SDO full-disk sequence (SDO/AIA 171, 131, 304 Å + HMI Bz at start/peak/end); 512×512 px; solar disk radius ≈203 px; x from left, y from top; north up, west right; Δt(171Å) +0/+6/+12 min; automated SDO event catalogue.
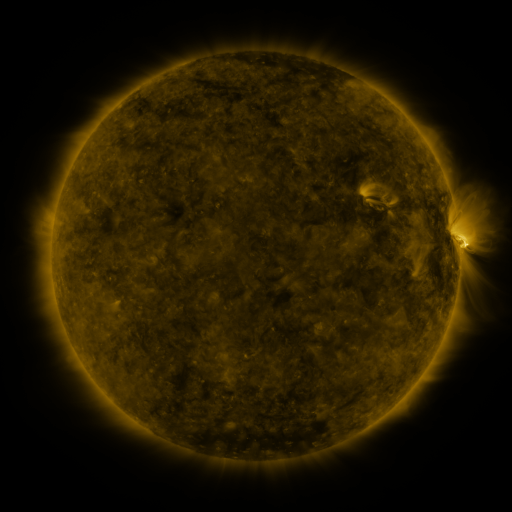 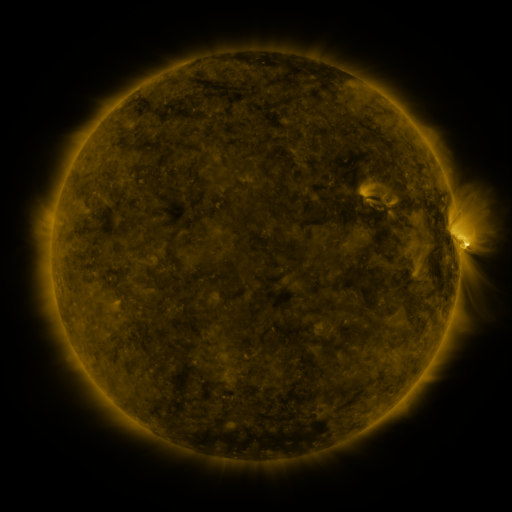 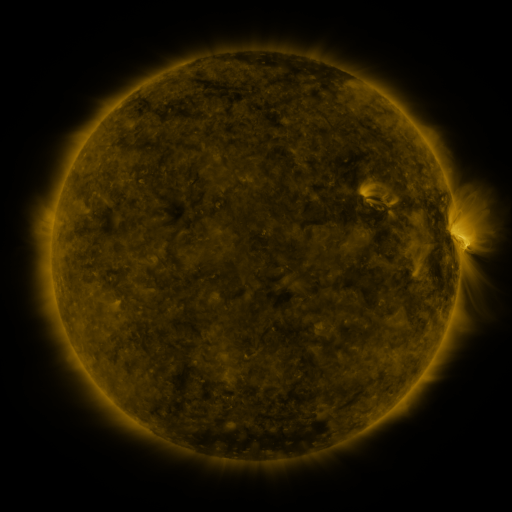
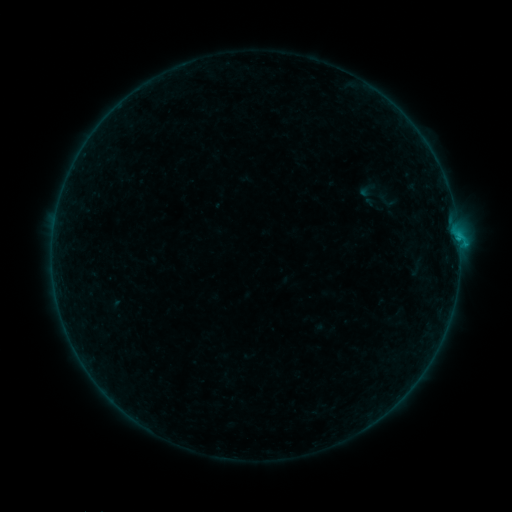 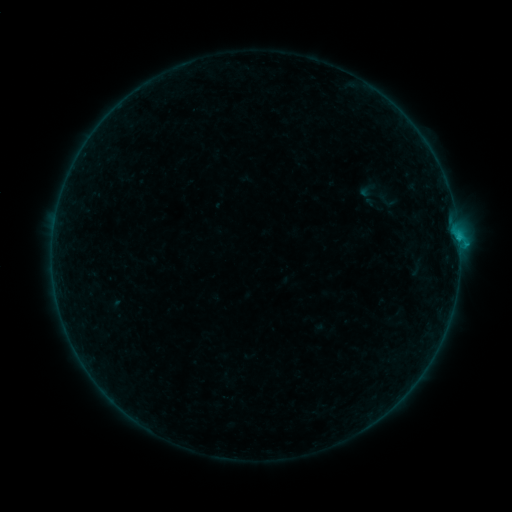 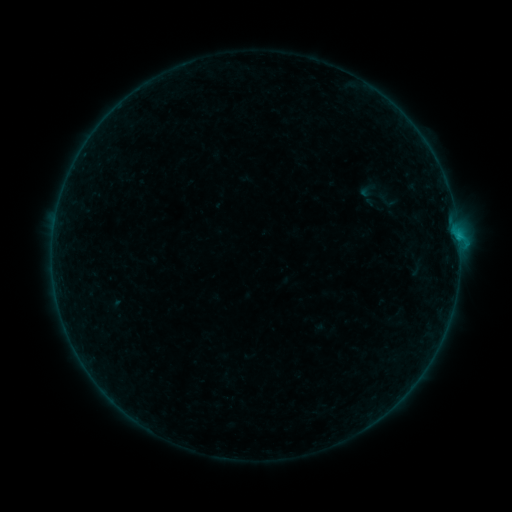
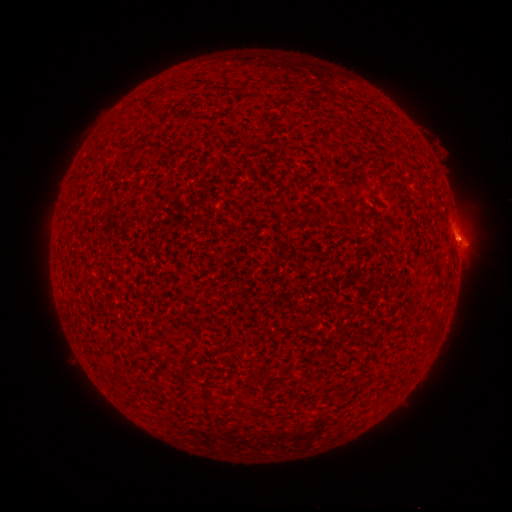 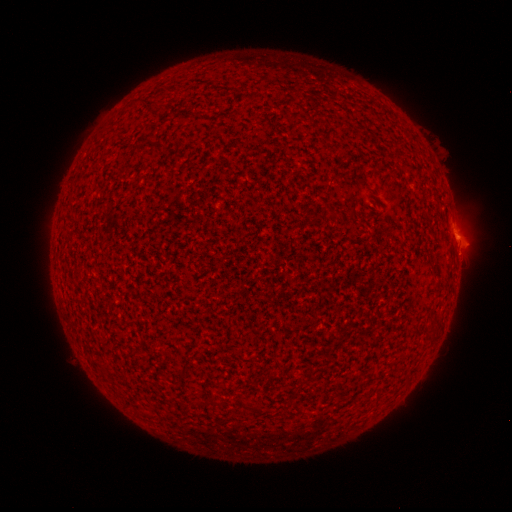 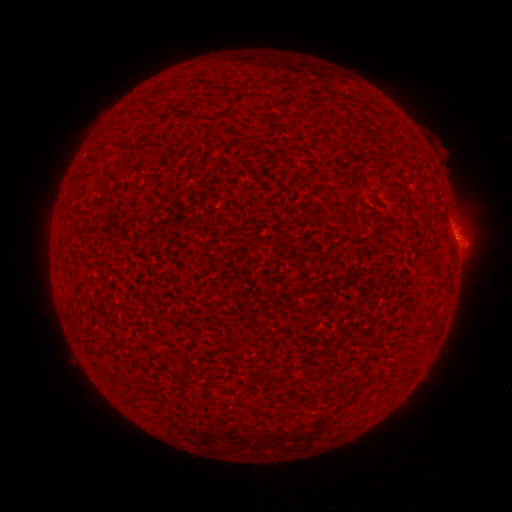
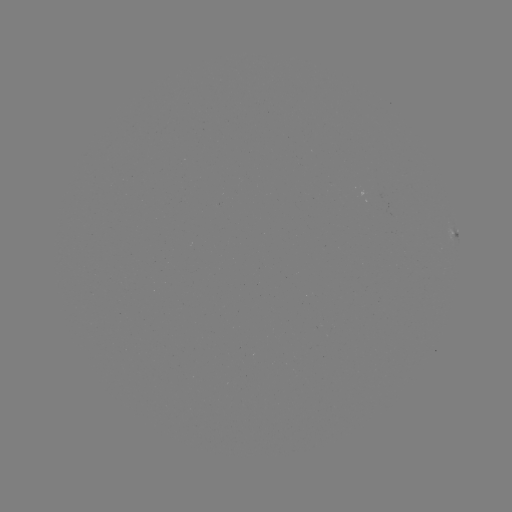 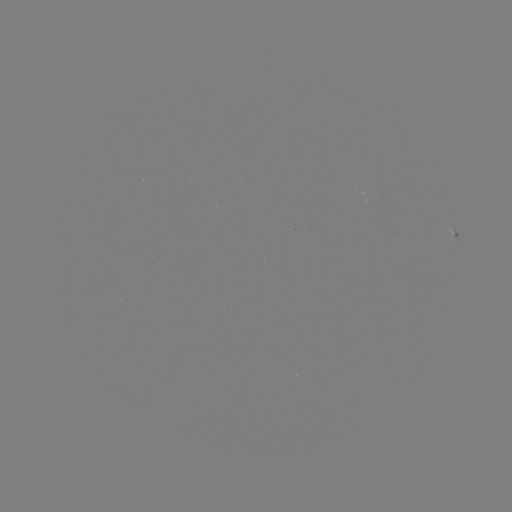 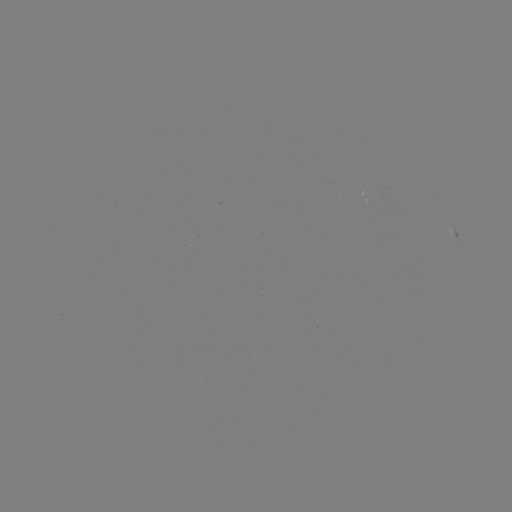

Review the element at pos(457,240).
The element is B2.3 flare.